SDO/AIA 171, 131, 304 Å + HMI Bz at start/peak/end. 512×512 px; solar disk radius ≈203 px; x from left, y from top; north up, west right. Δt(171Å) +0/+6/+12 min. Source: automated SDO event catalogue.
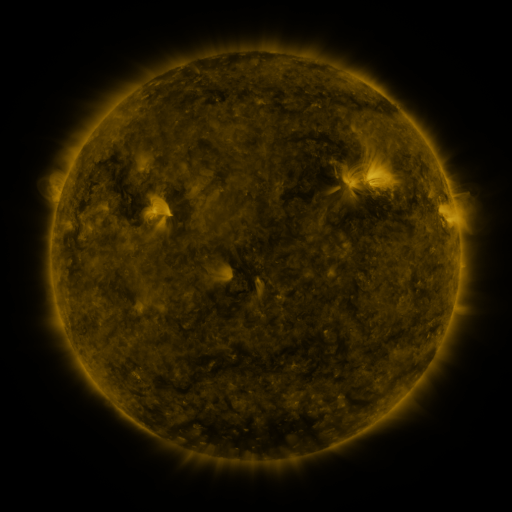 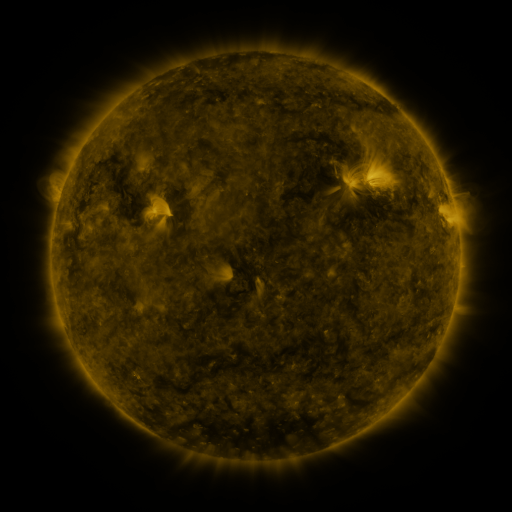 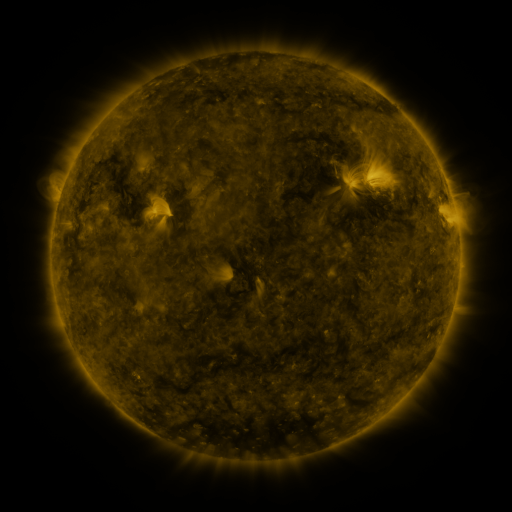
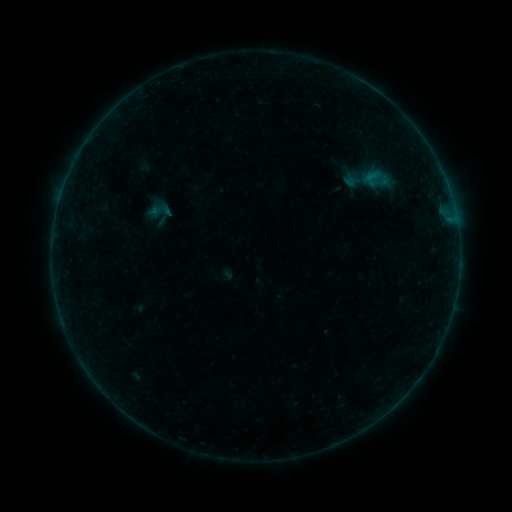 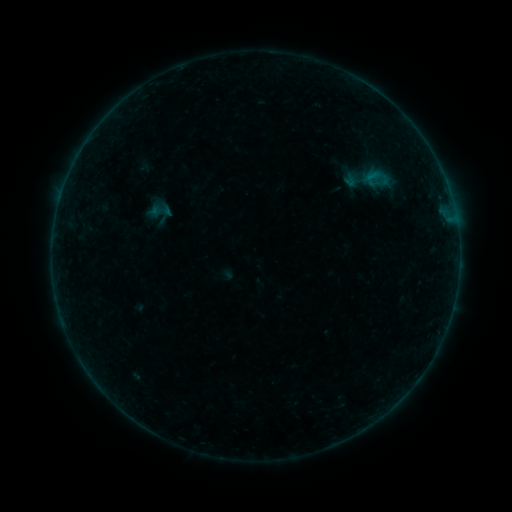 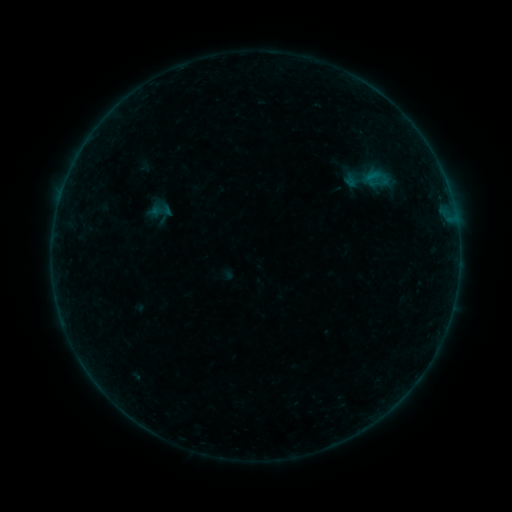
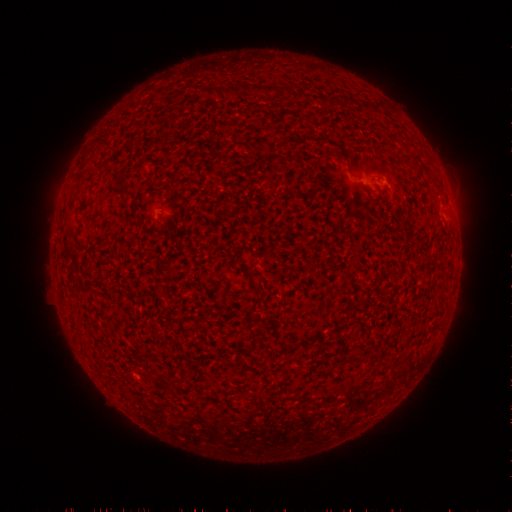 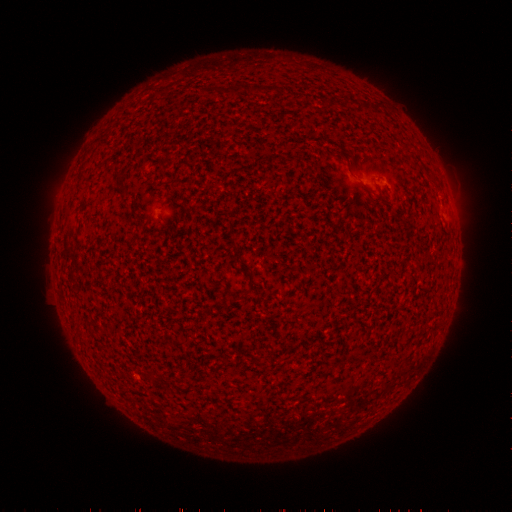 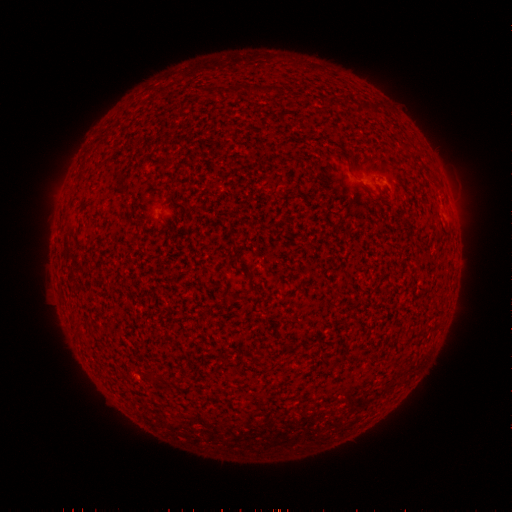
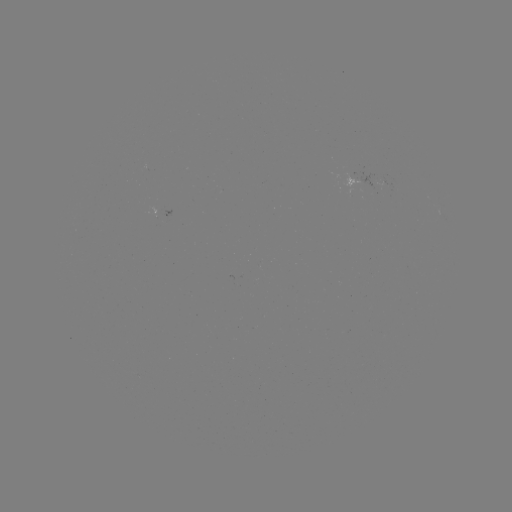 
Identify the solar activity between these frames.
no catalogued flare and no flagged EUV brightening in this window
